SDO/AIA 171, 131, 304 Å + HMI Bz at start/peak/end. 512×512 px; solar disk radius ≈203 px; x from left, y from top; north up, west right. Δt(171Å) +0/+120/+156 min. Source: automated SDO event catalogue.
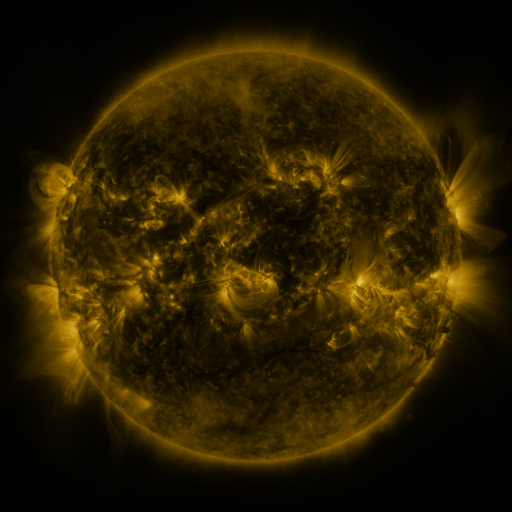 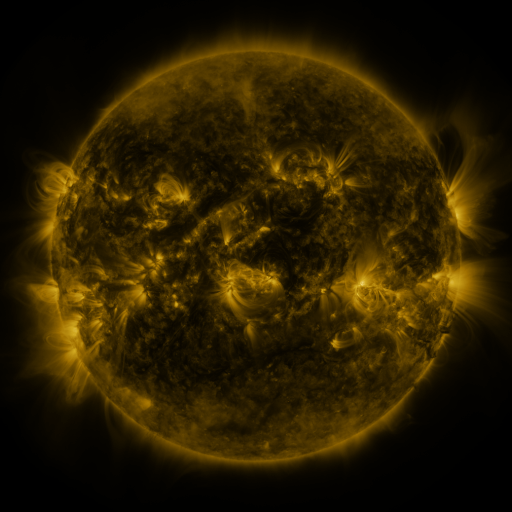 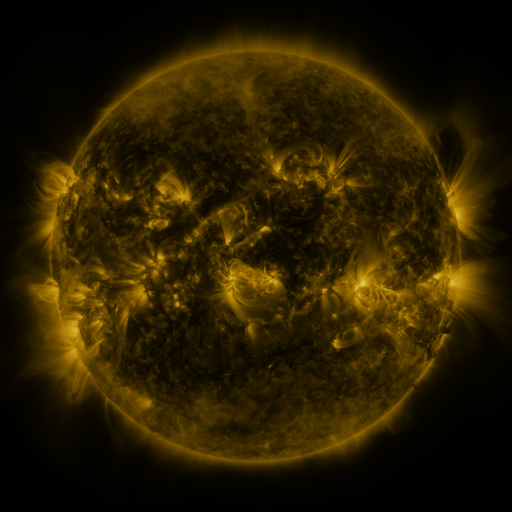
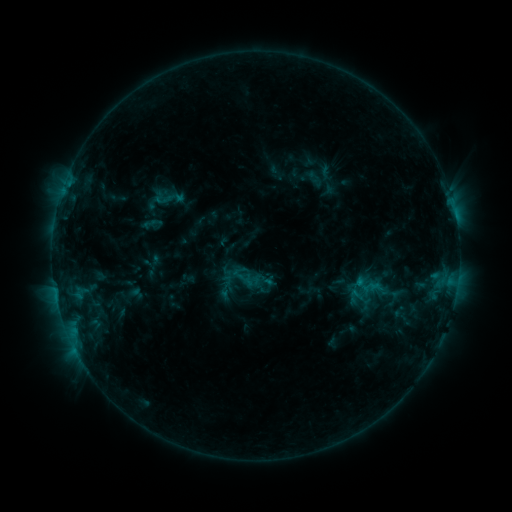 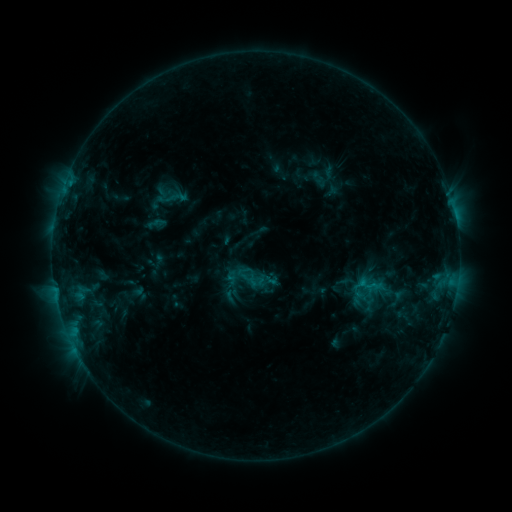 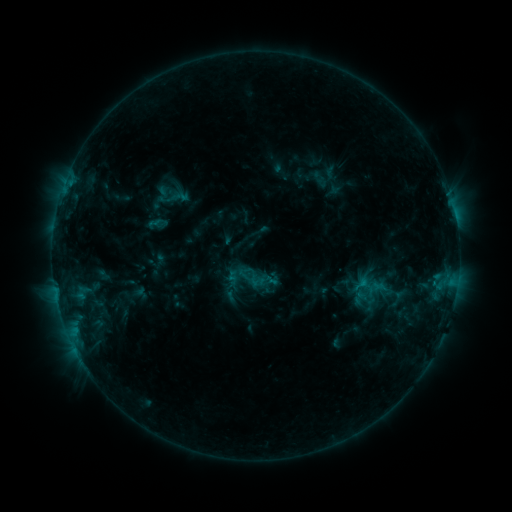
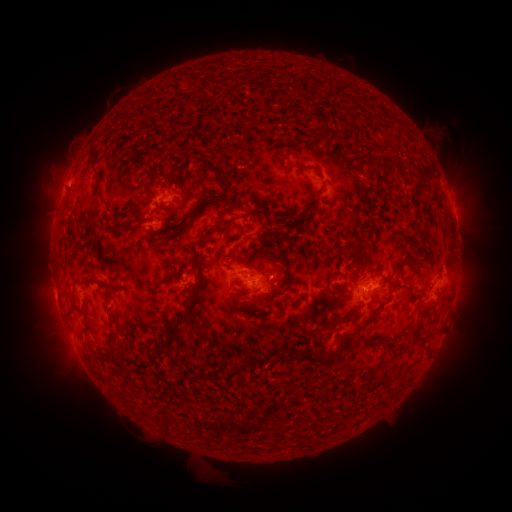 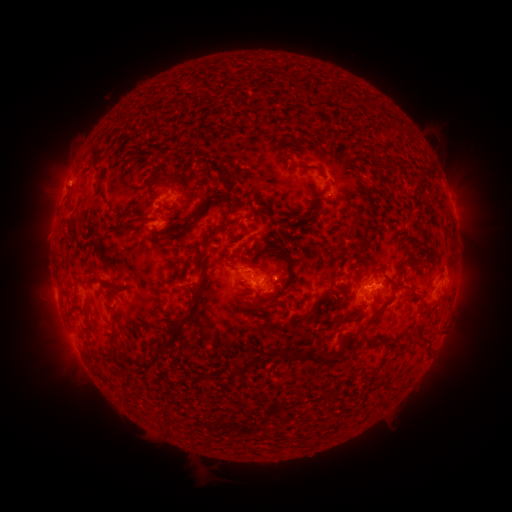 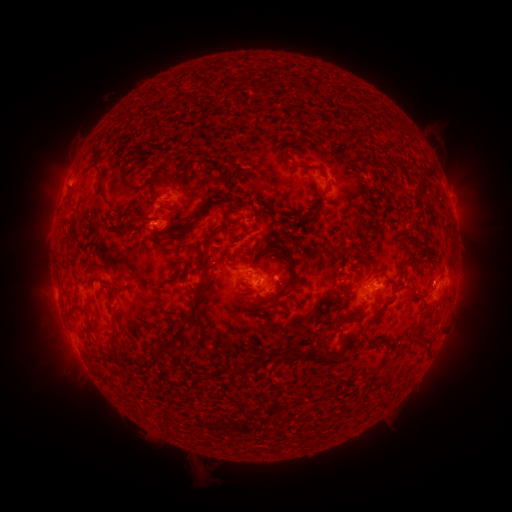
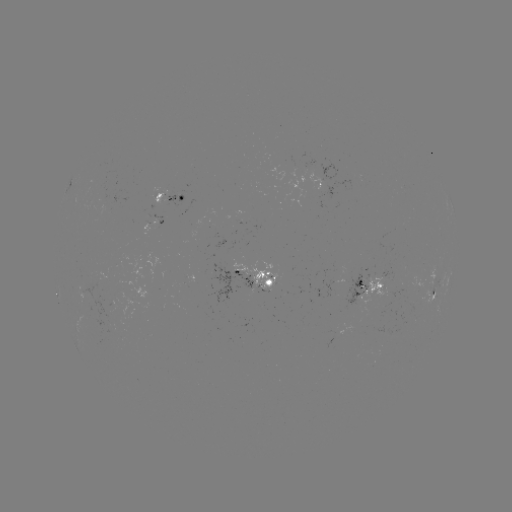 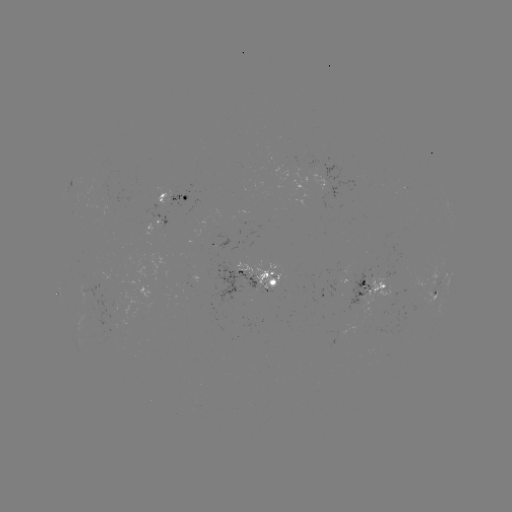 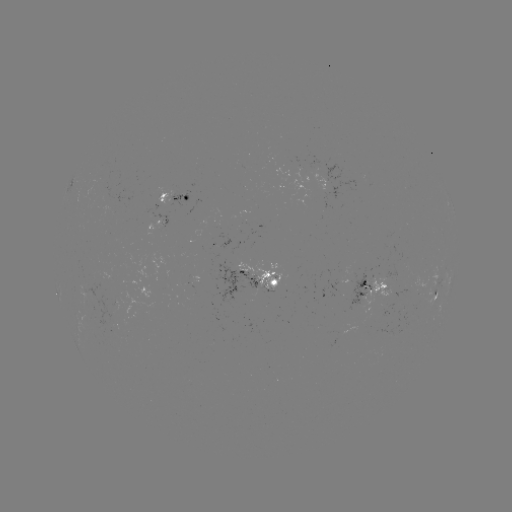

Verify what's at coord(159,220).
emerging-flux region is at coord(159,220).